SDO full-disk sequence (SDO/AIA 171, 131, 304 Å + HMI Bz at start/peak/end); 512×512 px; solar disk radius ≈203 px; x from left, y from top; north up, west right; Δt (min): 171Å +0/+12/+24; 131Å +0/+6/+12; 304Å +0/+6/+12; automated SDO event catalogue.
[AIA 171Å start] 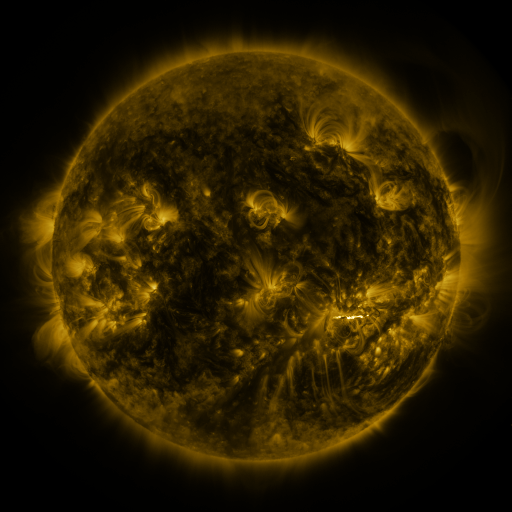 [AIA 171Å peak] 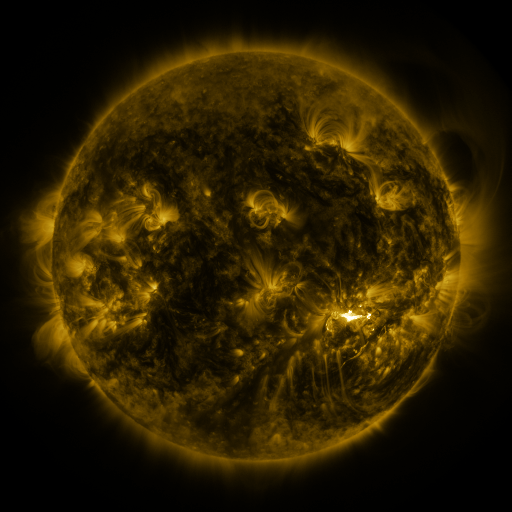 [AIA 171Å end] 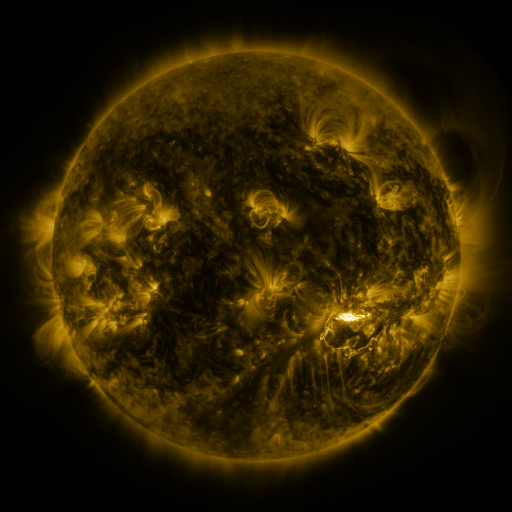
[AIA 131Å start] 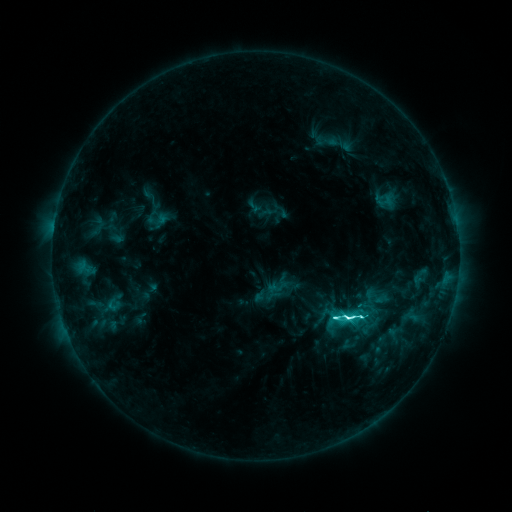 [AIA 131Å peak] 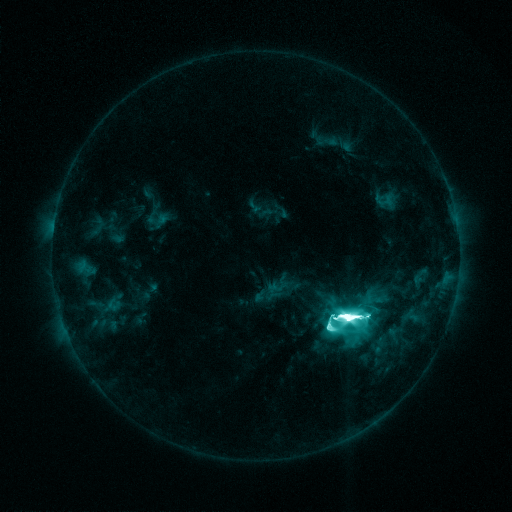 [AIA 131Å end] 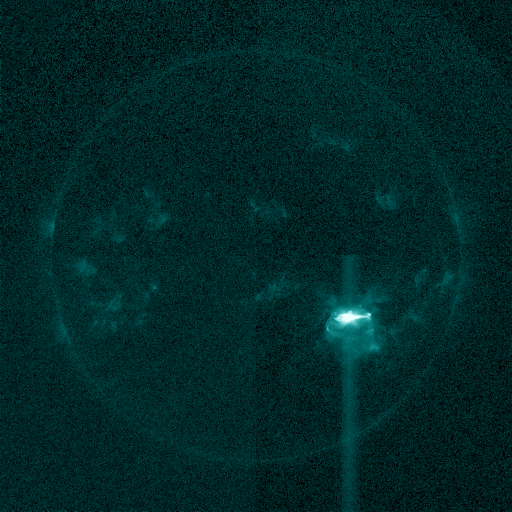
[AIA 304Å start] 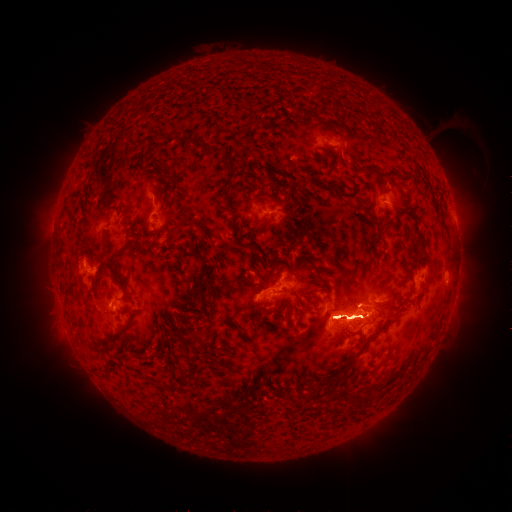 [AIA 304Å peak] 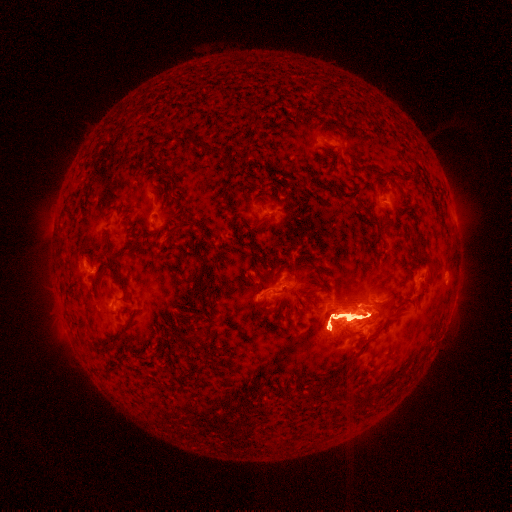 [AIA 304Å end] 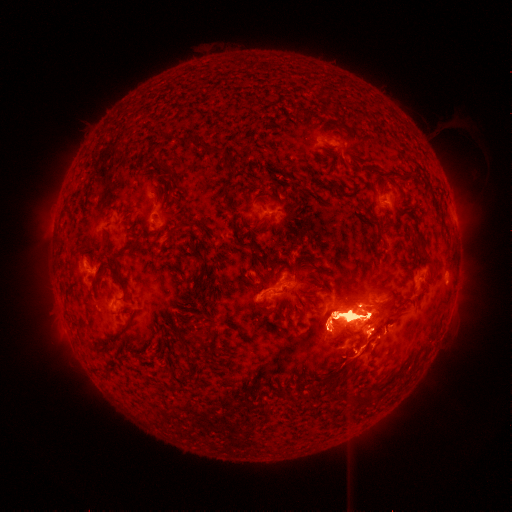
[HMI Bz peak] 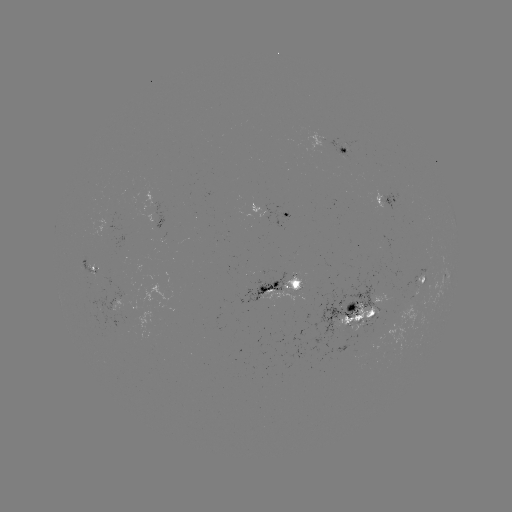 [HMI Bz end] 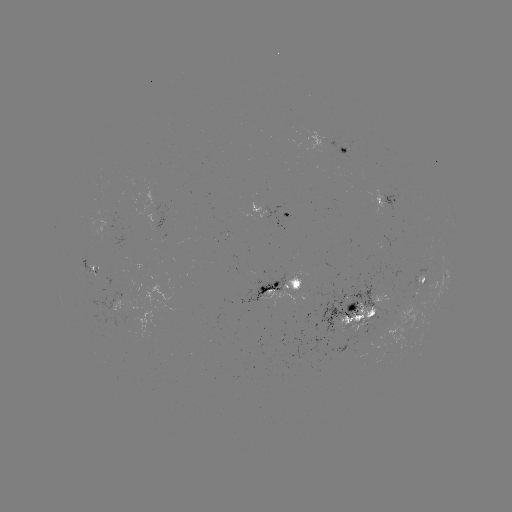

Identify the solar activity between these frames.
eruption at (349, 220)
